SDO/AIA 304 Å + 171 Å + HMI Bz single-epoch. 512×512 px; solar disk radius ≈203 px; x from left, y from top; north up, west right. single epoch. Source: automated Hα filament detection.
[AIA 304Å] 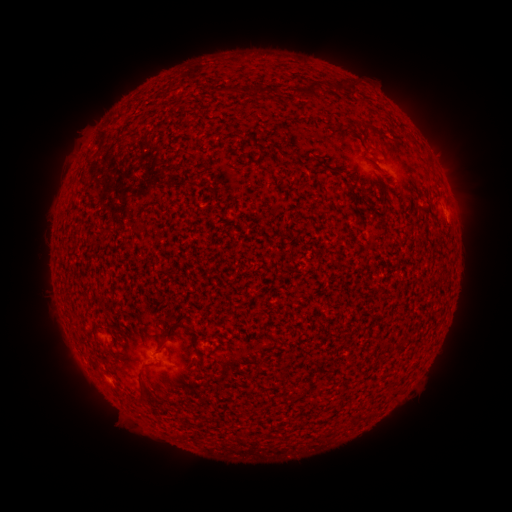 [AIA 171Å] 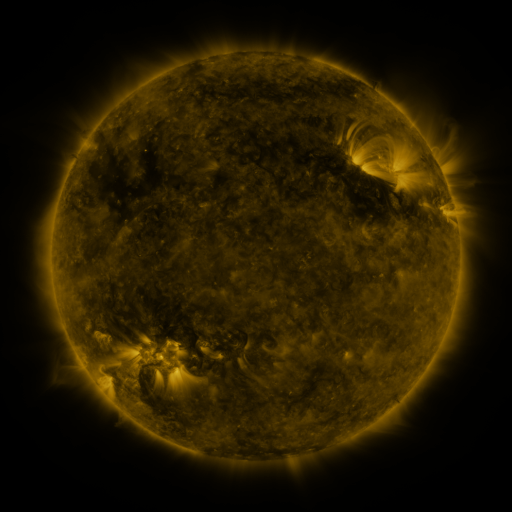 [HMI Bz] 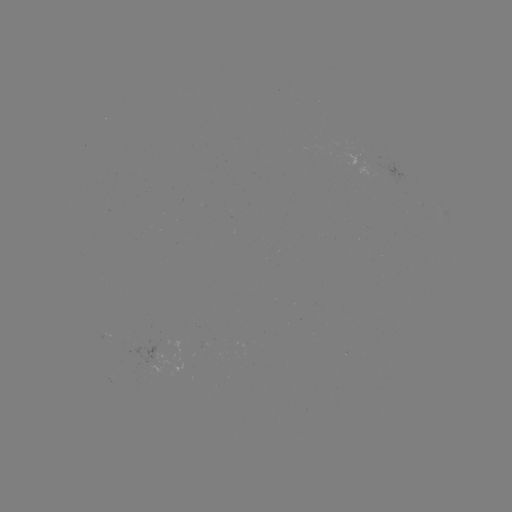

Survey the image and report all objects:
filament: (341, 88)
filament: (313, 90)
filament: (257, 93)
filament: (304, 96)
filament: (339, 173)
filament: (139, 222)
filament: (174, 324)
filament: (160, 346)
filament: (139, 384)
